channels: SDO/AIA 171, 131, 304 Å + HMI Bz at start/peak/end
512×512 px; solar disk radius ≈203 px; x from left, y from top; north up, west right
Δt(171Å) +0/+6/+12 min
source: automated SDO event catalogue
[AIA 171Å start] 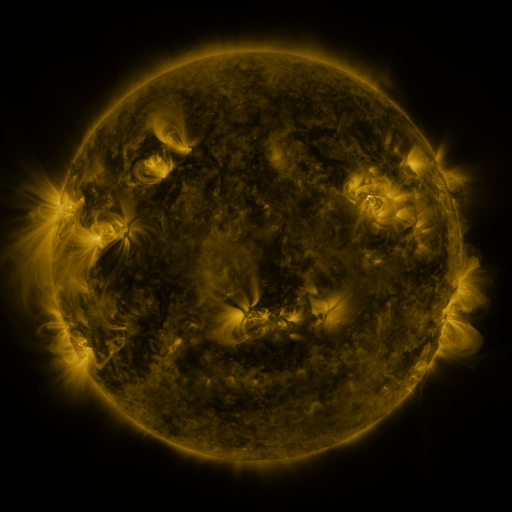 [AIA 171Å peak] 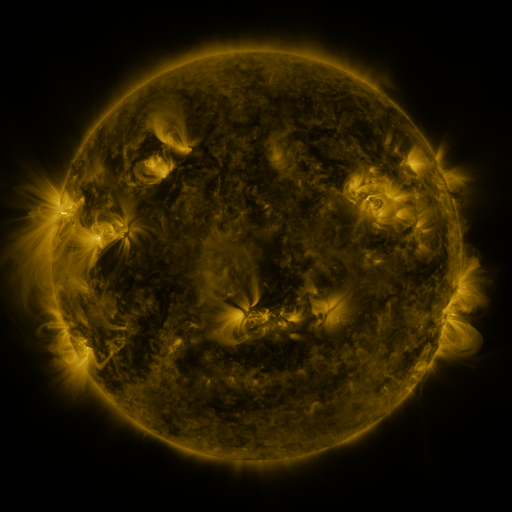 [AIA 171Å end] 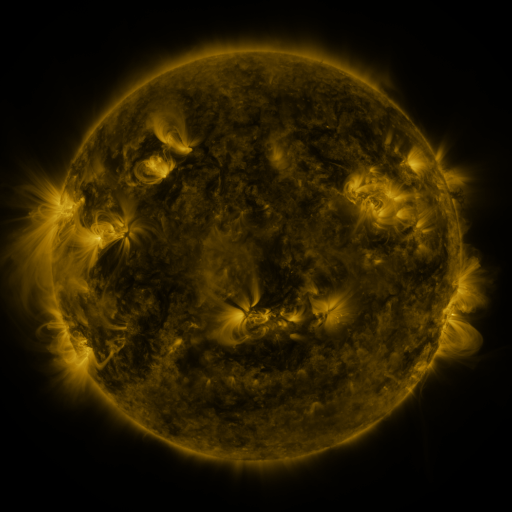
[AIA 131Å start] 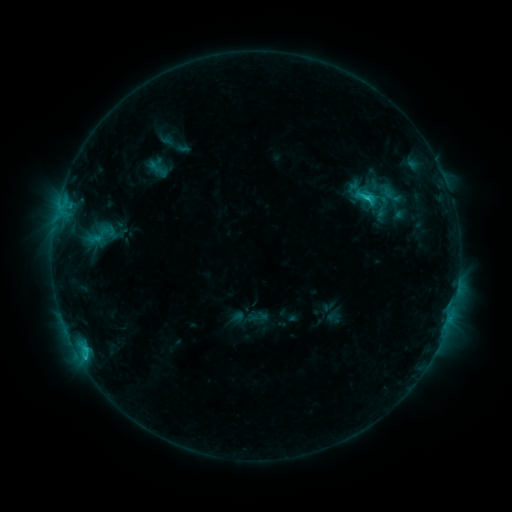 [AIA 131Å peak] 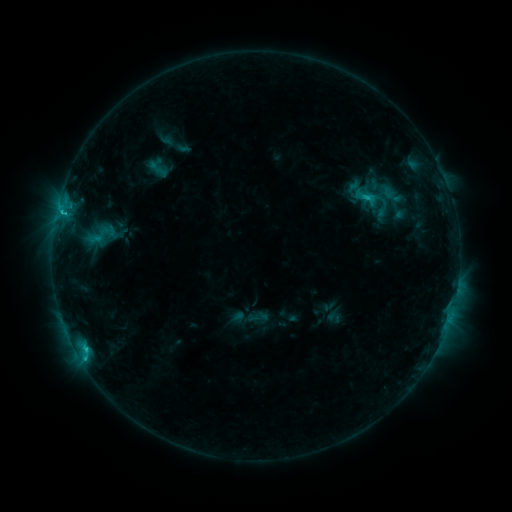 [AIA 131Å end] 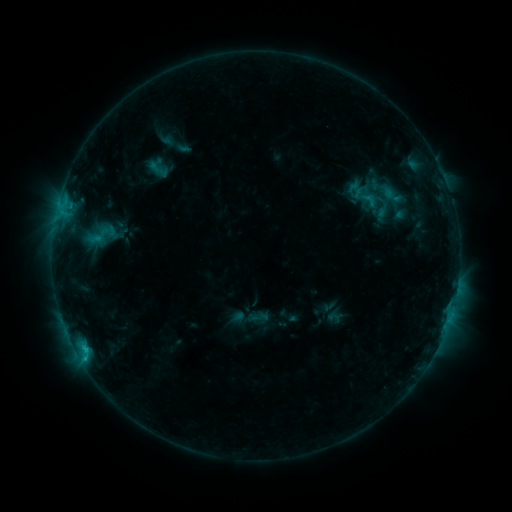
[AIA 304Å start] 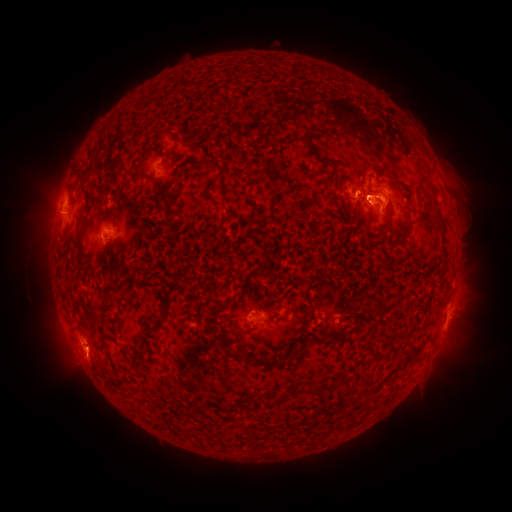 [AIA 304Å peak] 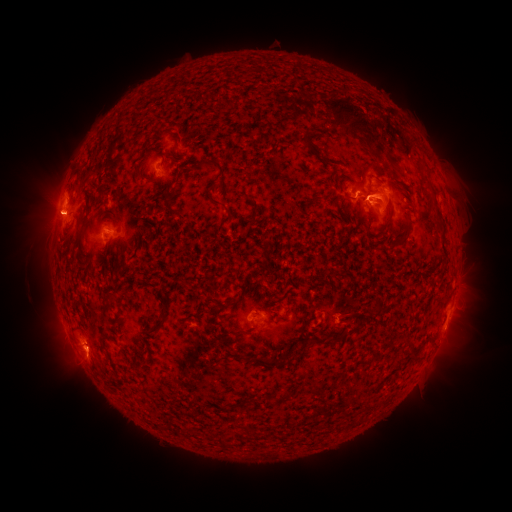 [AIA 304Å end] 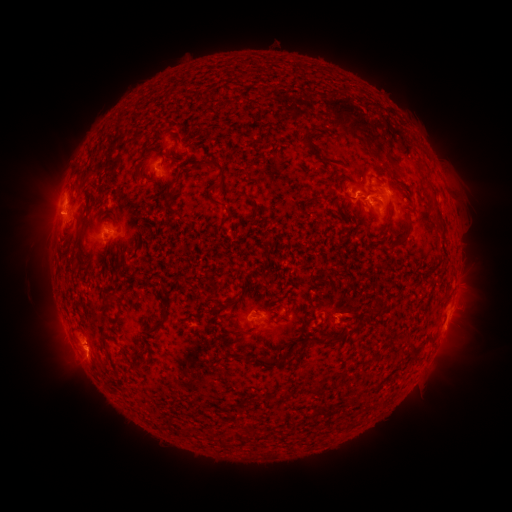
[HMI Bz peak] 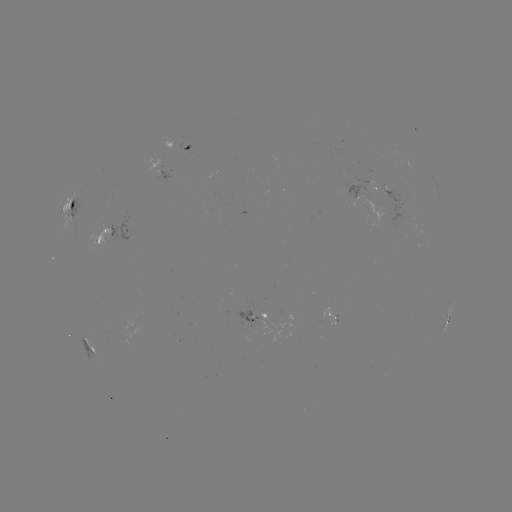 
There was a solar eruption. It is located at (67, 220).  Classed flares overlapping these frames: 1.